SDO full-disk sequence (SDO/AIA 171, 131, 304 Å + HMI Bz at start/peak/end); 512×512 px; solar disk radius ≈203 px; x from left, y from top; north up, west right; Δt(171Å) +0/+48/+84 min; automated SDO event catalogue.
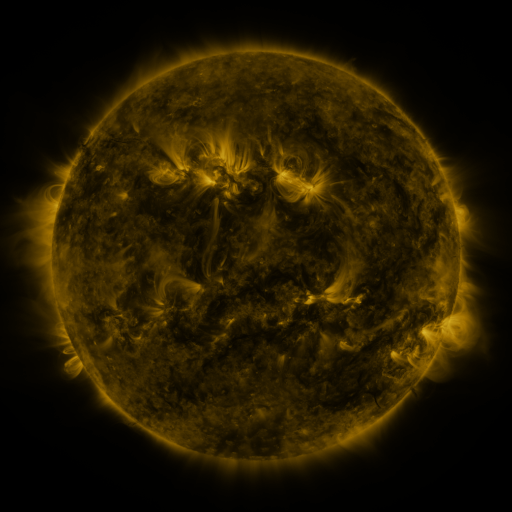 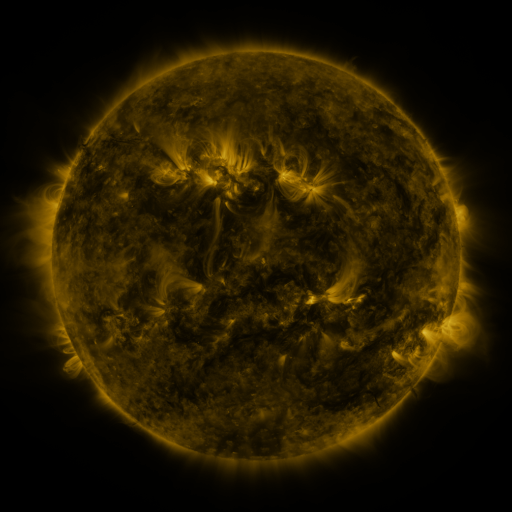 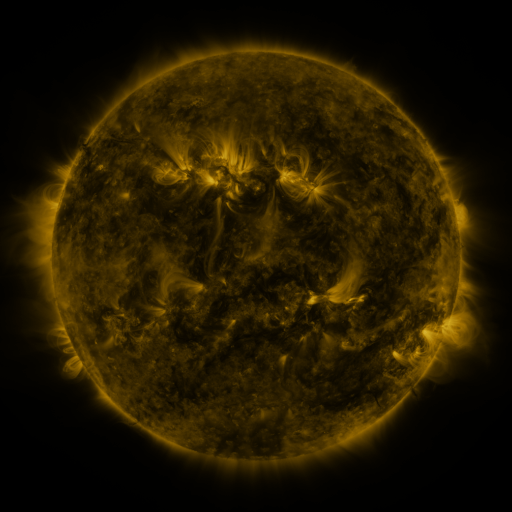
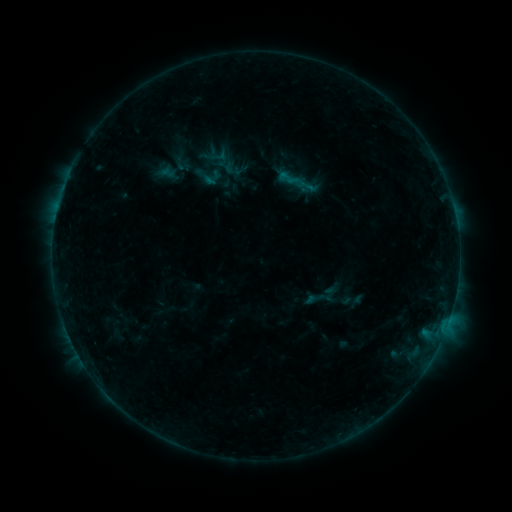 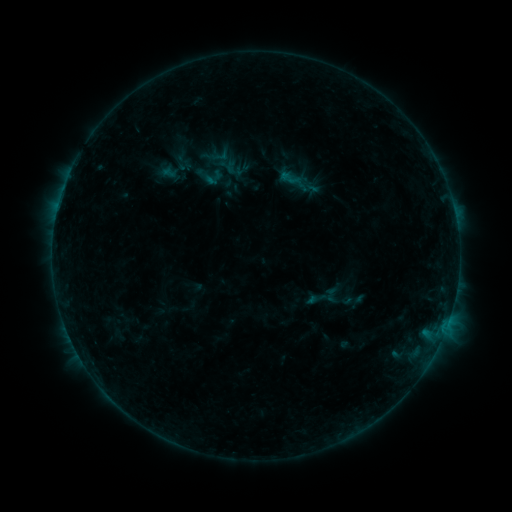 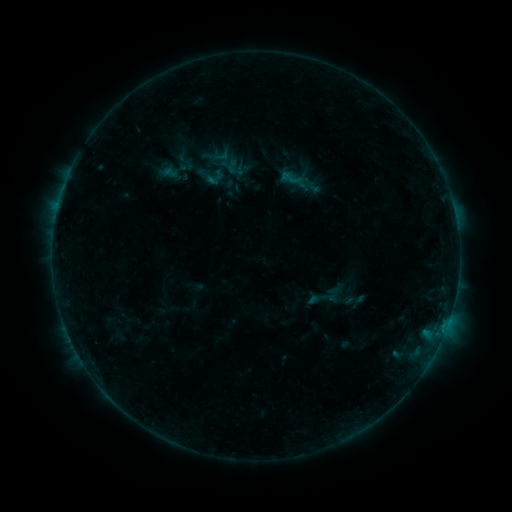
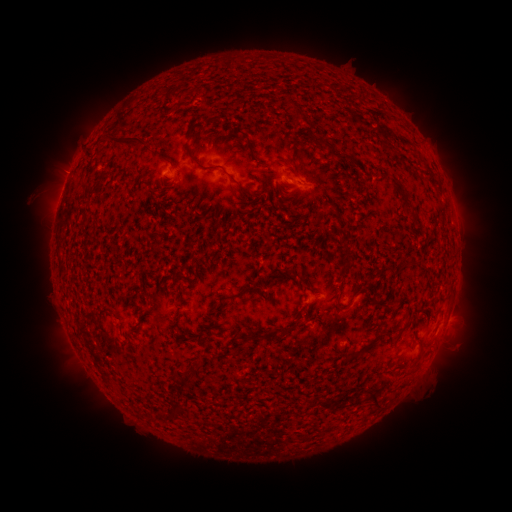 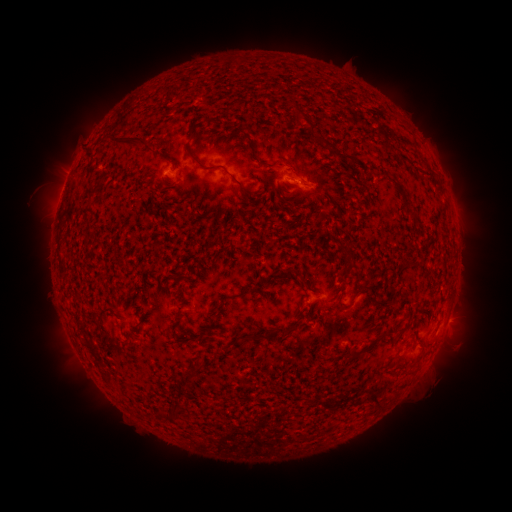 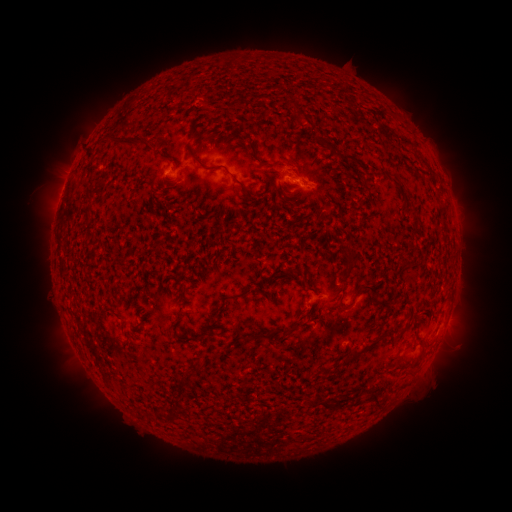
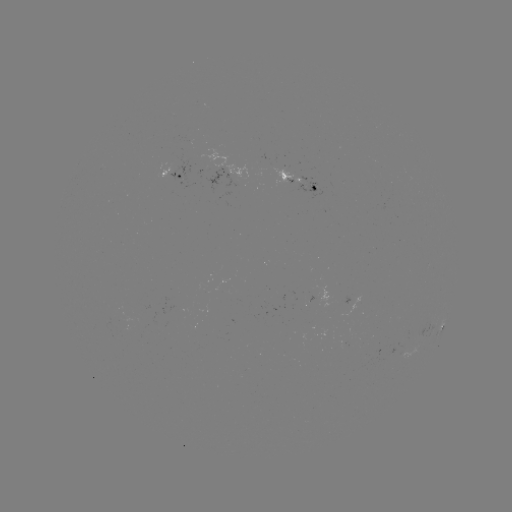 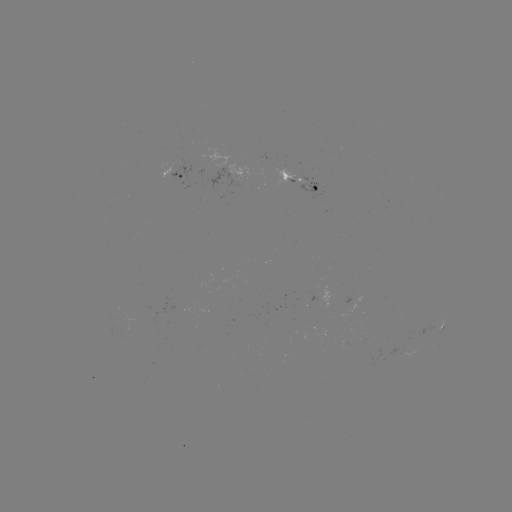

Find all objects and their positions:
emerging-flux region: (263, 163)
